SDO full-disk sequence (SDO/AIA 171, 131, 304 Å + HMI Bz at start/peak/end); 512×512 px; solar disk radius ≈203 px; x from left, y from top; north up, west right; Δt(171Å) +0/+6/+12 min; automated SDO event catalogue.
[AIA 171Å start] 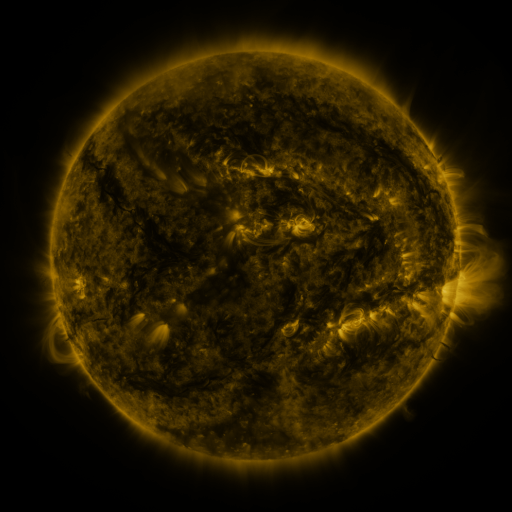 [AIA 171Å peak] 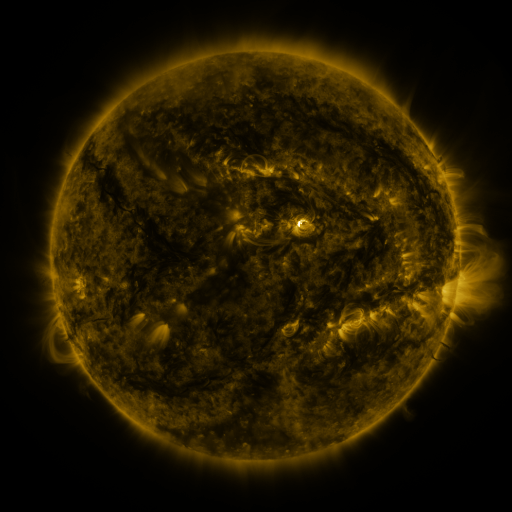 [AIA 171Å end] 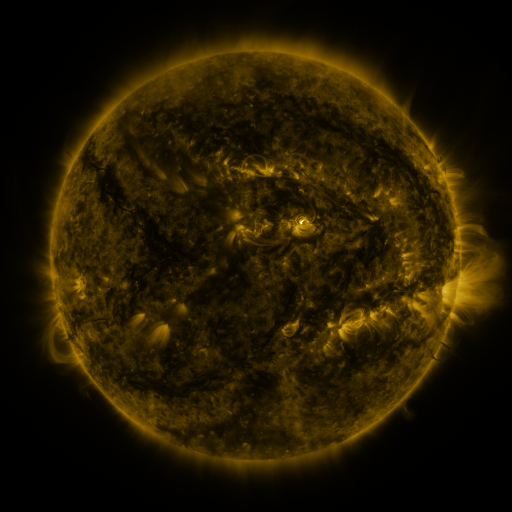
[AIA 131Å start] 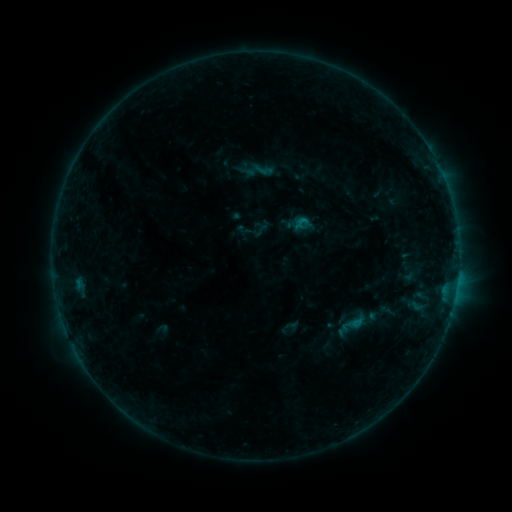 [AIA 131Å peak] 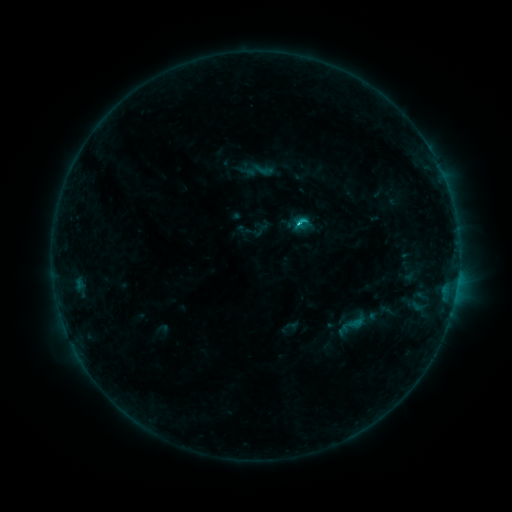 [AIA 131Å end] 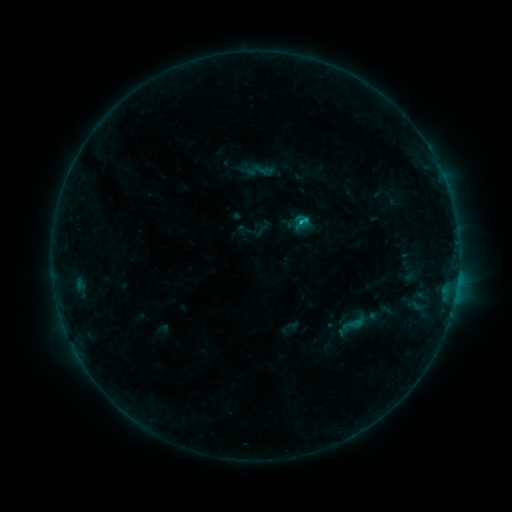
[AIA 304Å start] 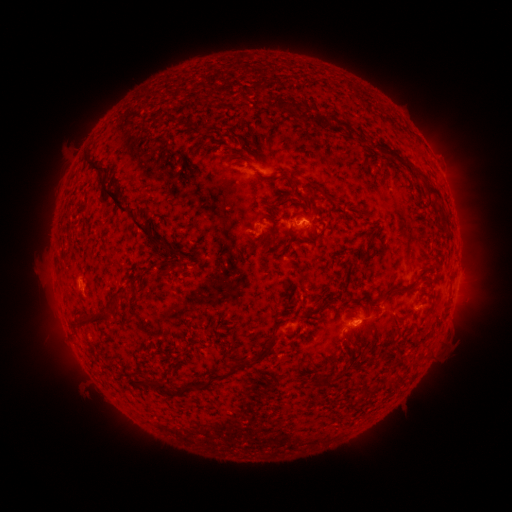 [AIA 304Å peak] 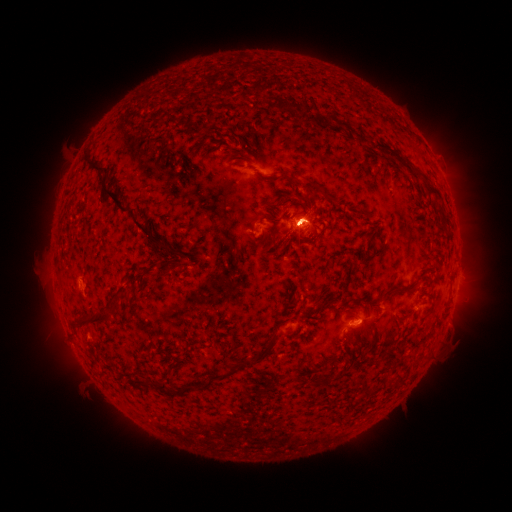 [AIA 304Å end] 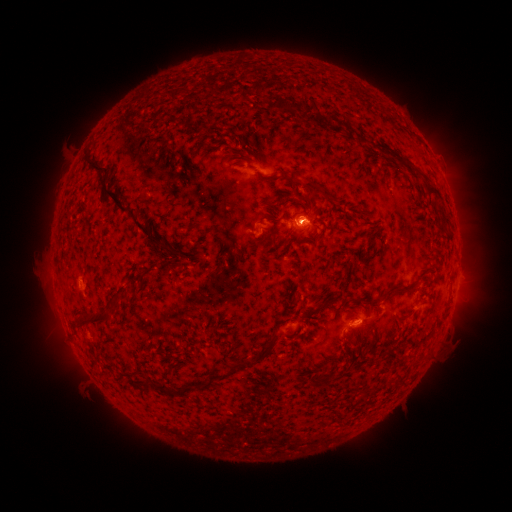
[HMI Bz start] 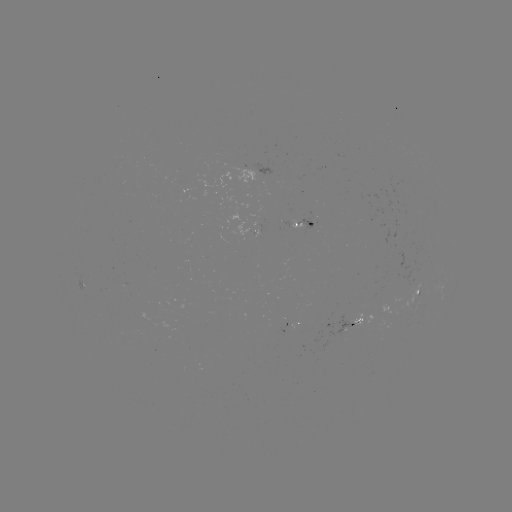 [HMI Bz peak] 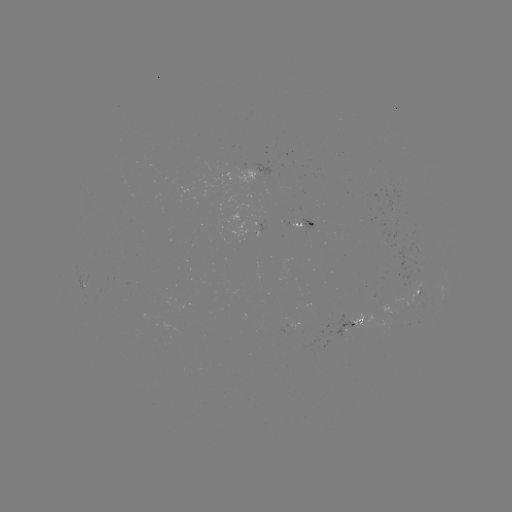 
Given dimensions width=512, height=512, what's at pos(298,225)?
C2.3 flare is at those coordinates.